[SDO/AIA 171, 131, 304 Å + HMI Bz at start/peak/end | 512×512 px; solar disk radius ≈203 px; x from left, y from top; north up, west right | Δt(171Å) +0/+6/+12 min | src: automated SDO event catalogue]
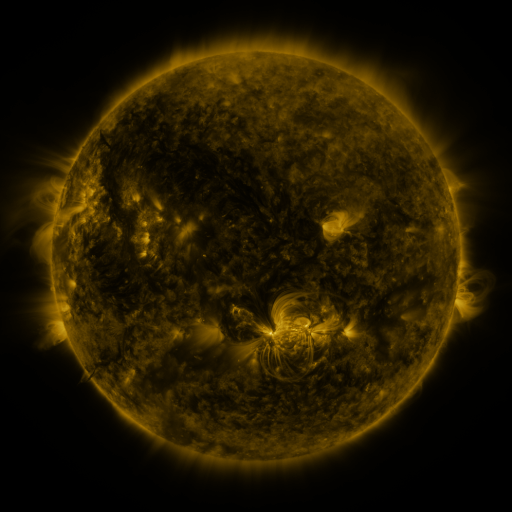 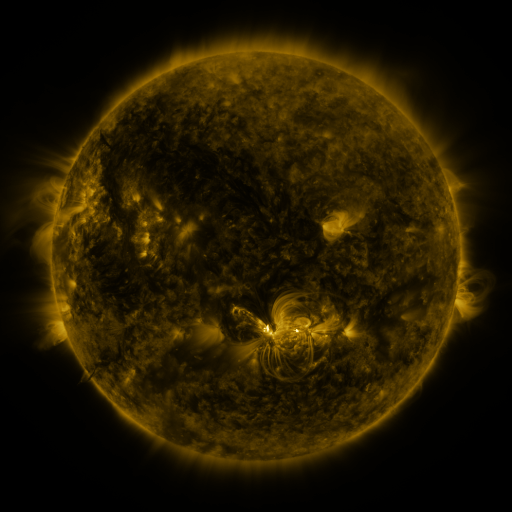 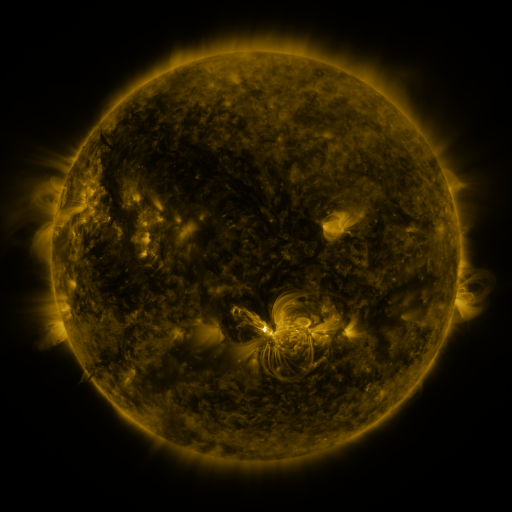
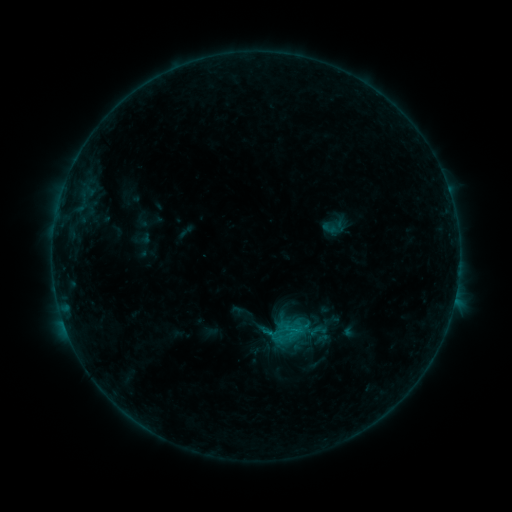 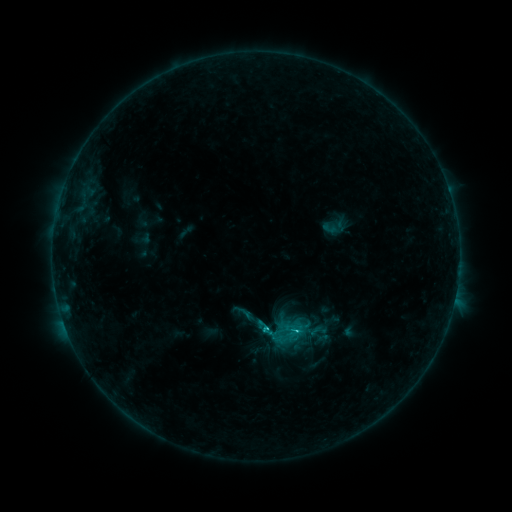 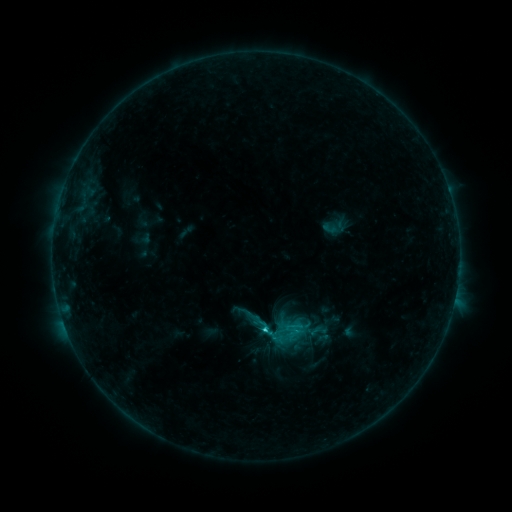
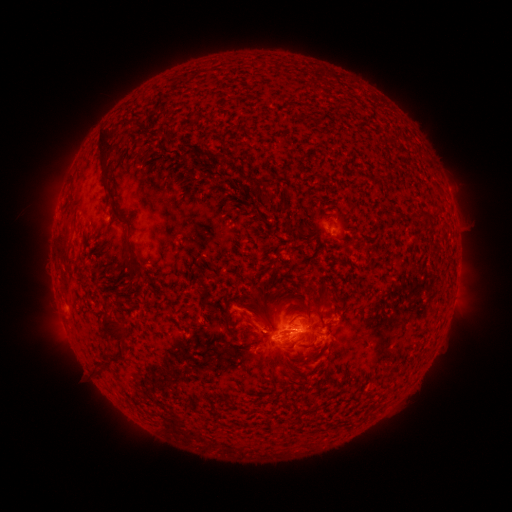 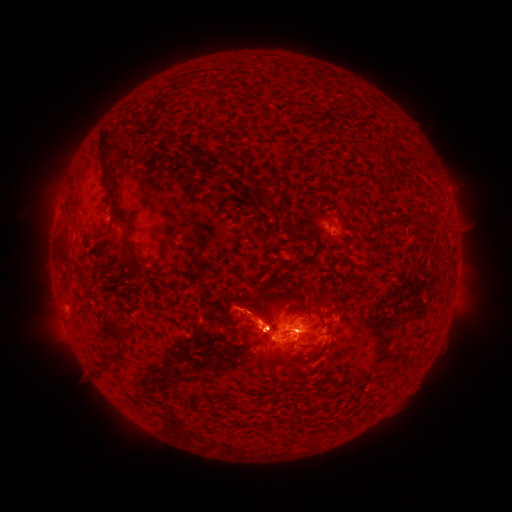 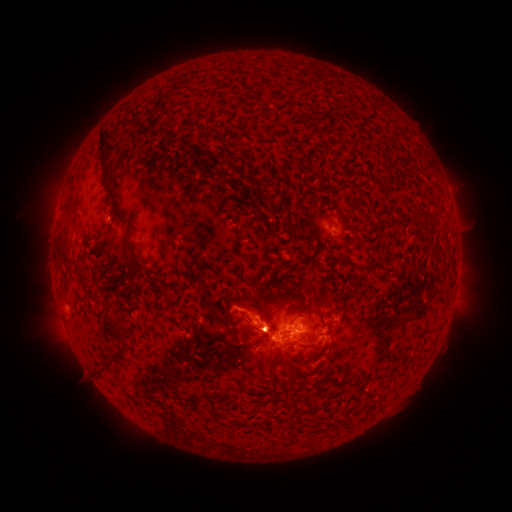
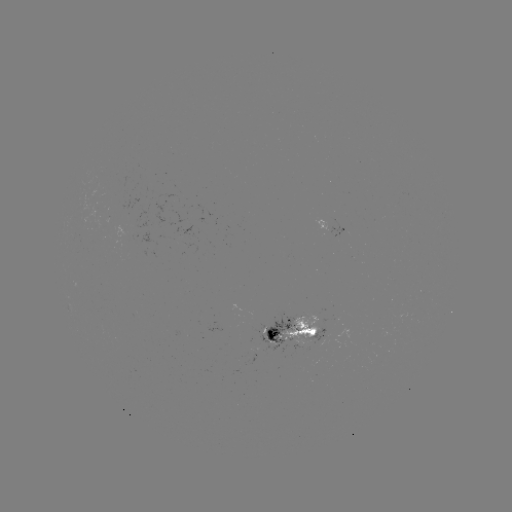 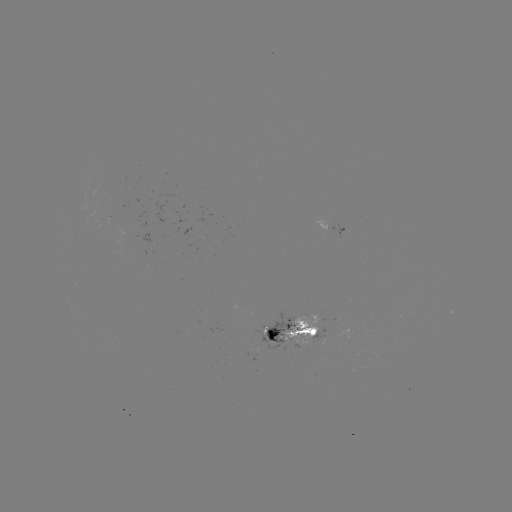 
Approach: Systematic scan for C2.1 flare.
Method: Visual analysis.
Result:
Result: C2.1 flare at [262, 329].